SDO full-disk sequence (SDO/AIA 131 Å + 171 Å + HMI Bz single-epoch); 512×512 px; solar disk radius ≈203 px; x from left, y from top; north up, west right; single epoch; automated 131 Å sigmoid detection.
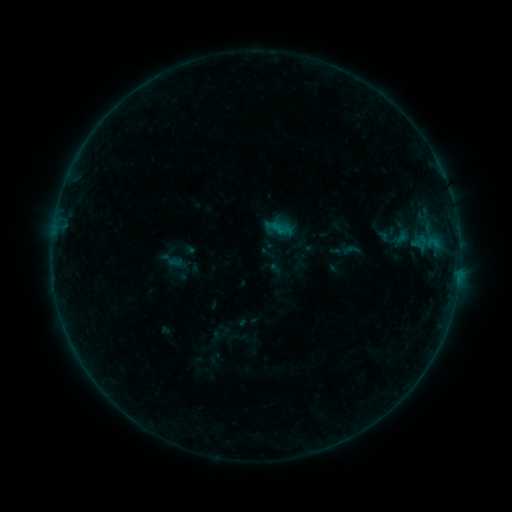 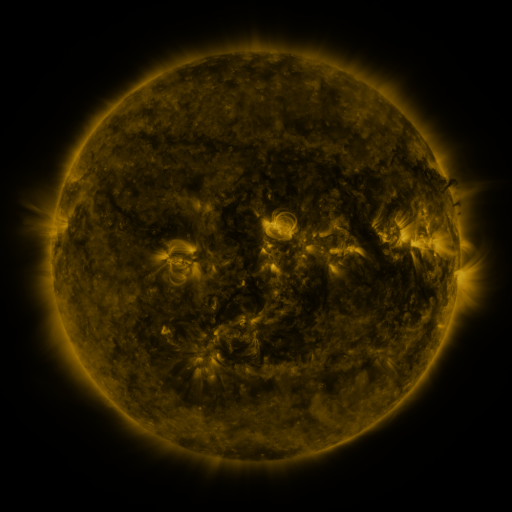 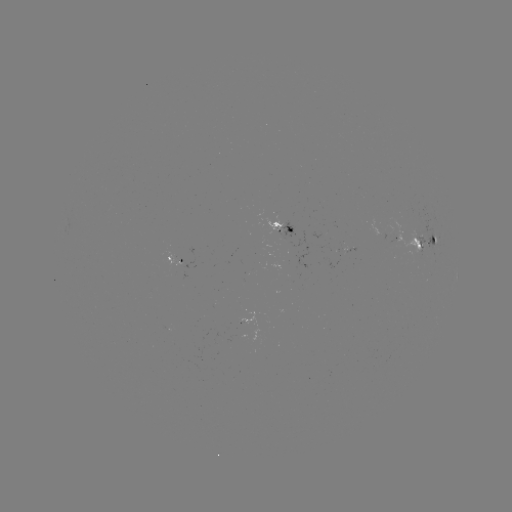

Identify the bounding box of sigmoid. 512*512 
[272, 221, 291, 238].